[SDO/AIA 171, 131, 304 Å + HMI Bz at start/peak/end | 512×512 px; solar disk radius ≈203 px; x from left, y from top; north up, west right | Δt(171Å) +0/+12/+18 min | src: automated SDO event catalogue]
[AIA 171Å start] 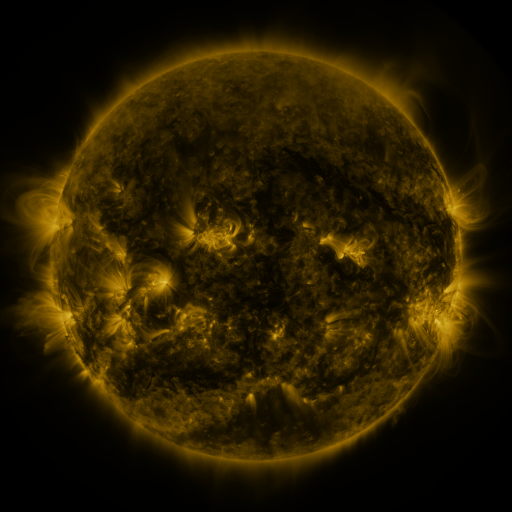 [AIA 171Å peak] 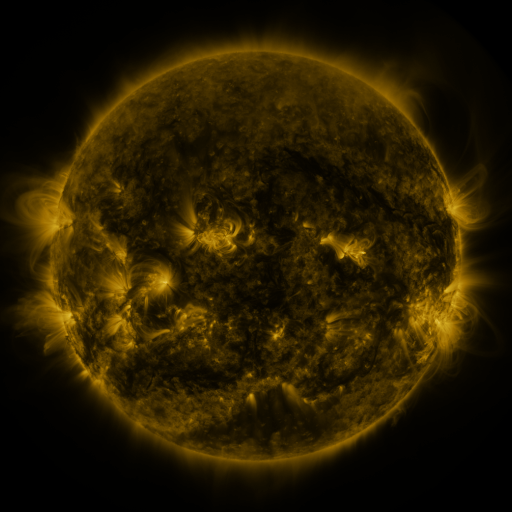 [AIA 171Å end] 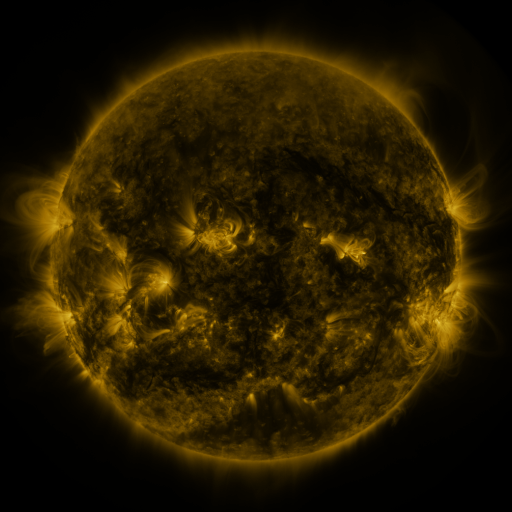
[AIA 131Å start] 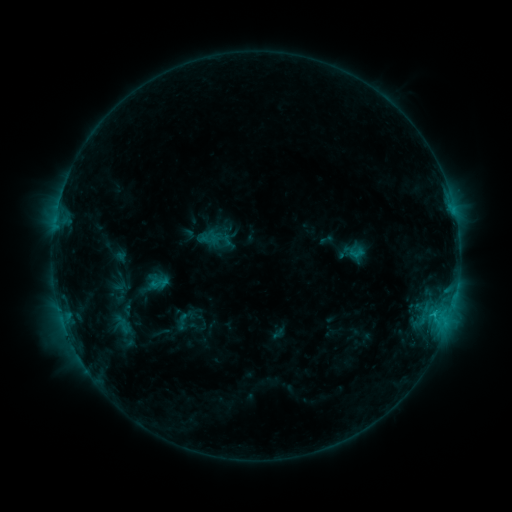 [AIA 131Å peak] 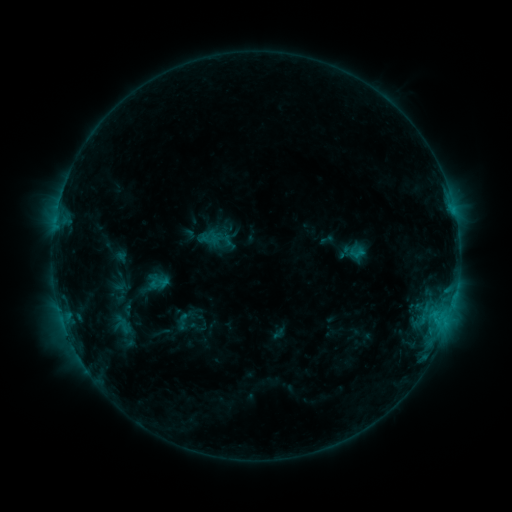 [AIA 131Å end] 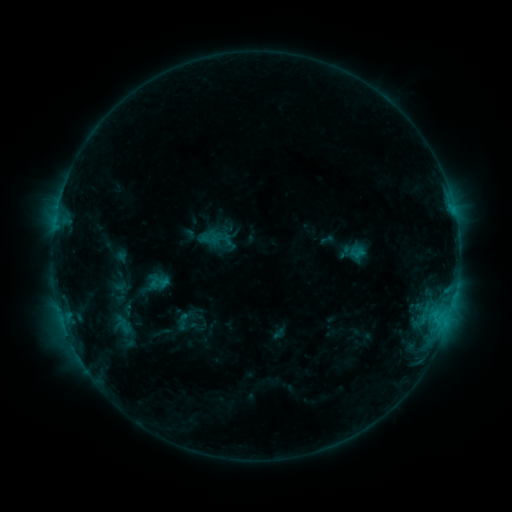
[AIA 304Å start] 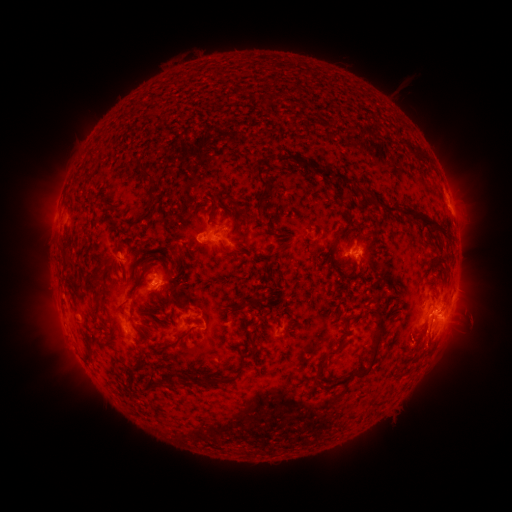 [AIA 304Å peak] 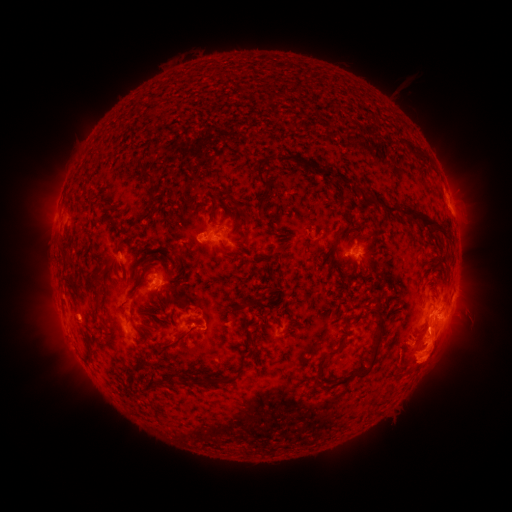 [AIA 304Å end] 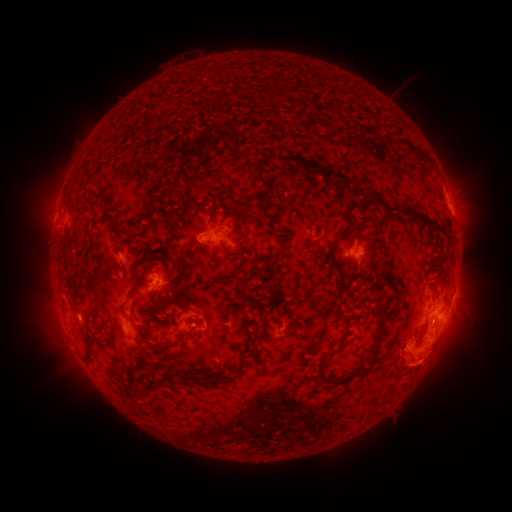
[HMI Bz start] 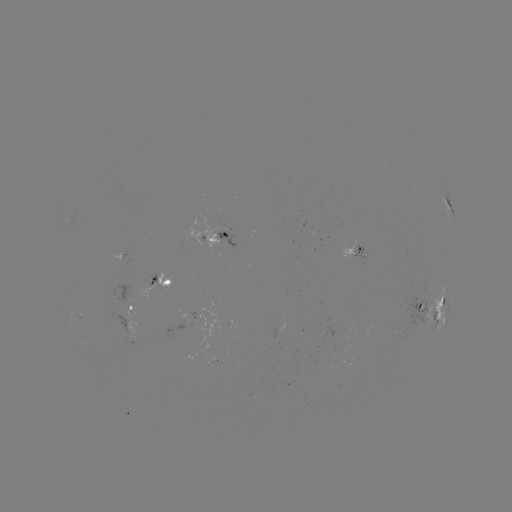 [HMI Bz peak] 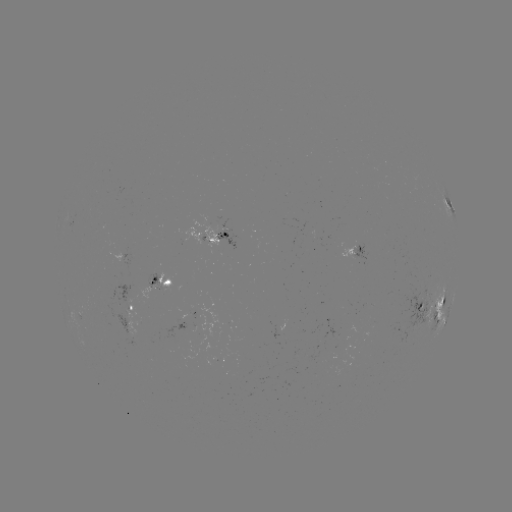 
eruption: [365, 316, 429, 380]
